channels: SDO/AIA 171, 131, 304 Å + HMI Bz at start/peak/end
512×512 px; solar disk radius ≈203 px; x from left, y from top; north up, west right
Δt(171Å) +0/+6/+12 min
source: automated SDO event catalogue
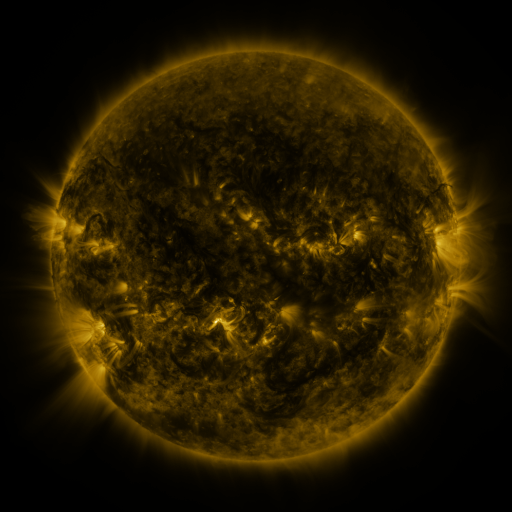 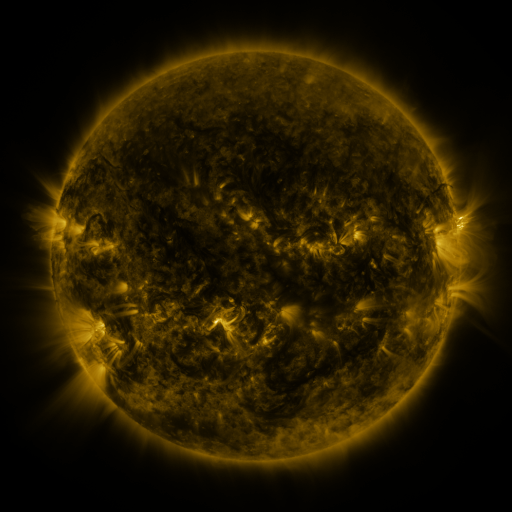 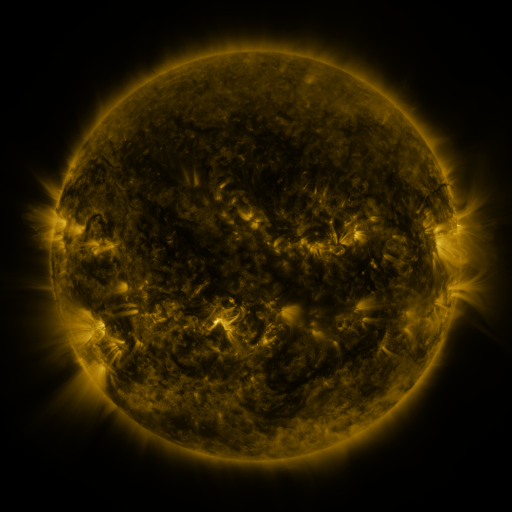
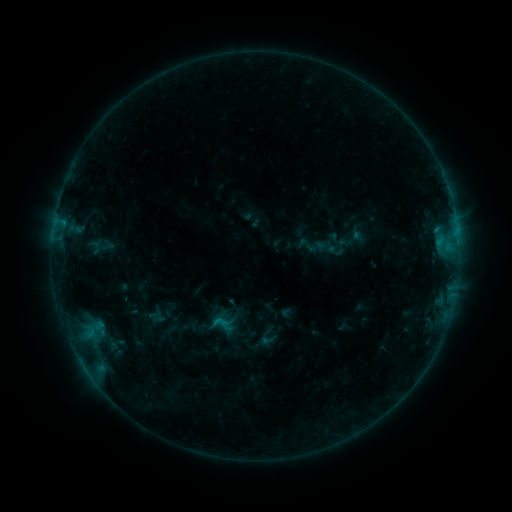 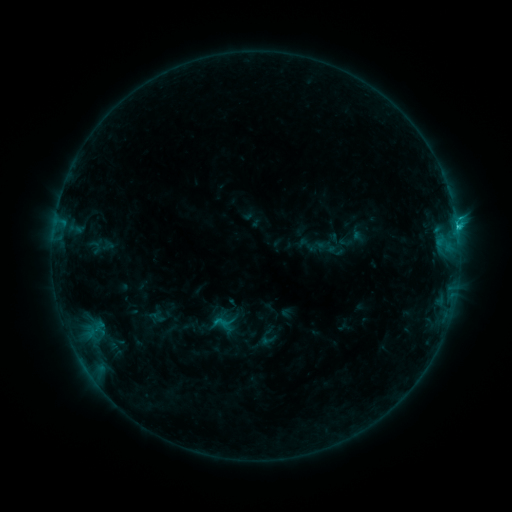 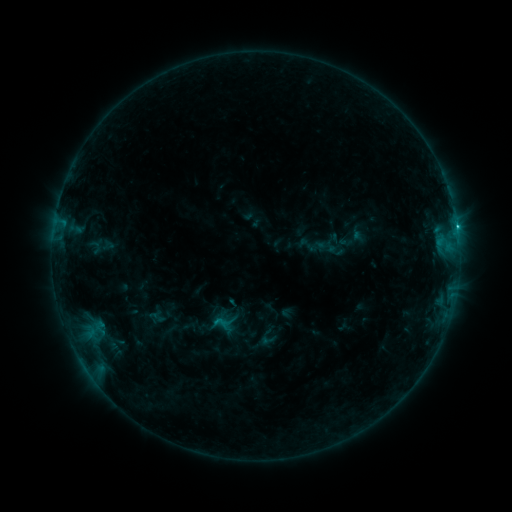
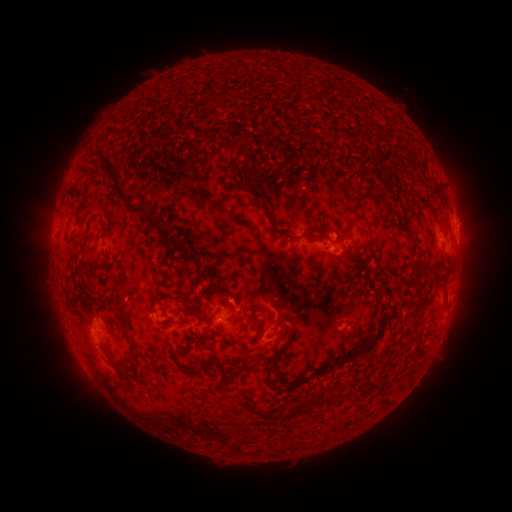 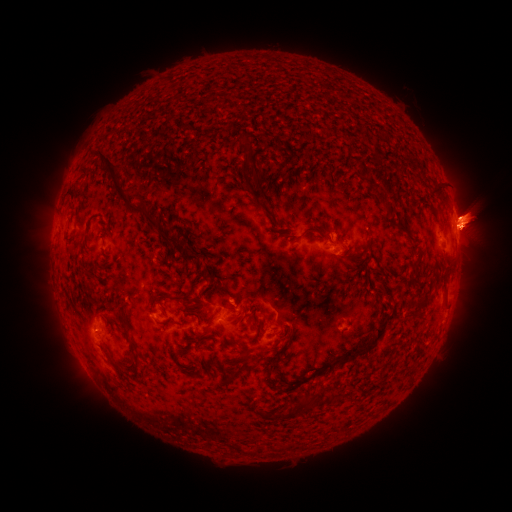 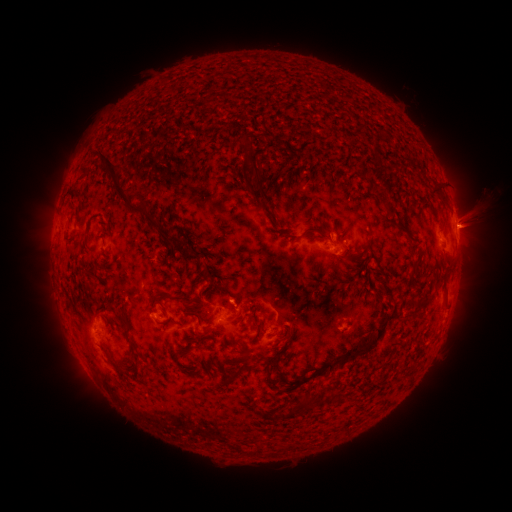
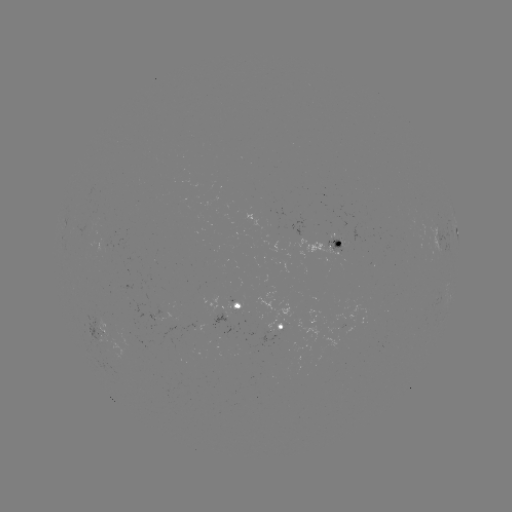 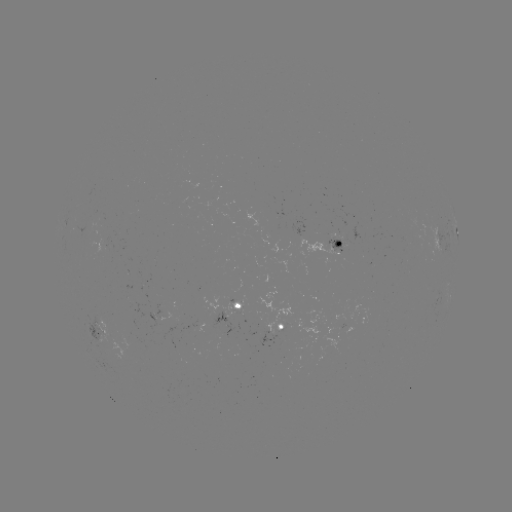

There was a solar eruption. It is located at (472, 219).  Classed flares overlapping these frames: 1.